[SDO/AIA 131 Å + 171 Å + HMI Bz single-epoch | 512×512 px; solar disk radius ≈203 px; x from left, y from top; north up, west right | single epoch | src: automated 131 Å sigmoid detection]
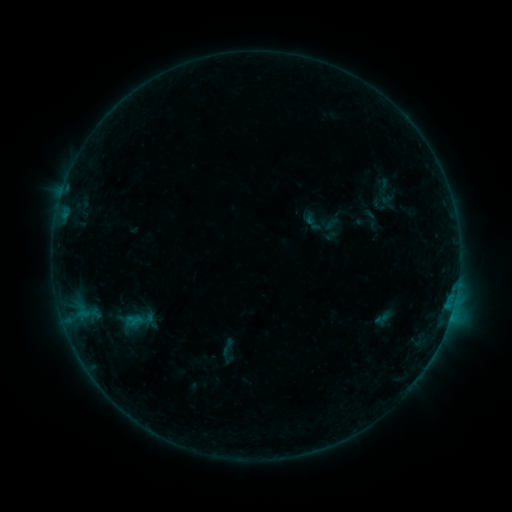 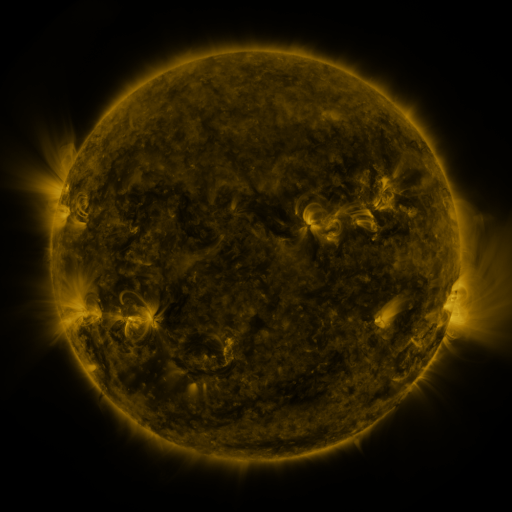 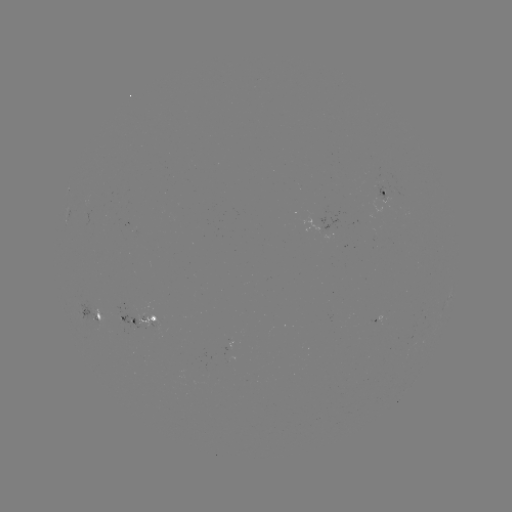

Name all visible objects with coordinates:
sigmoid: (132, 322)
sigmoid: (228, 347)
